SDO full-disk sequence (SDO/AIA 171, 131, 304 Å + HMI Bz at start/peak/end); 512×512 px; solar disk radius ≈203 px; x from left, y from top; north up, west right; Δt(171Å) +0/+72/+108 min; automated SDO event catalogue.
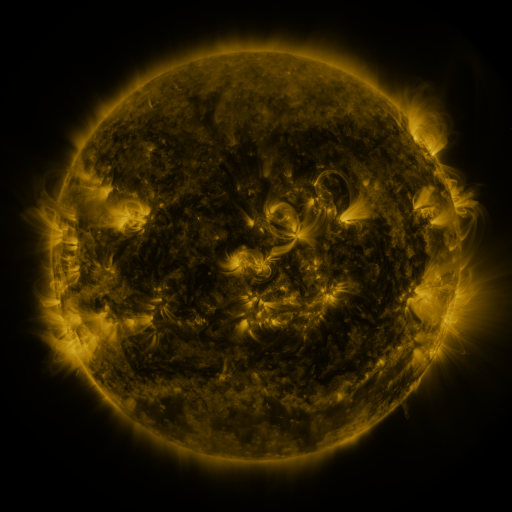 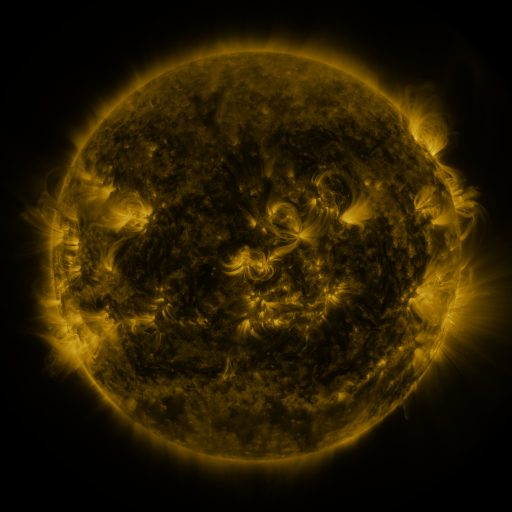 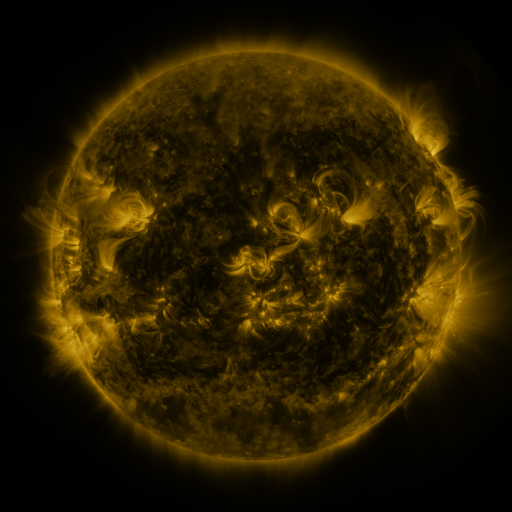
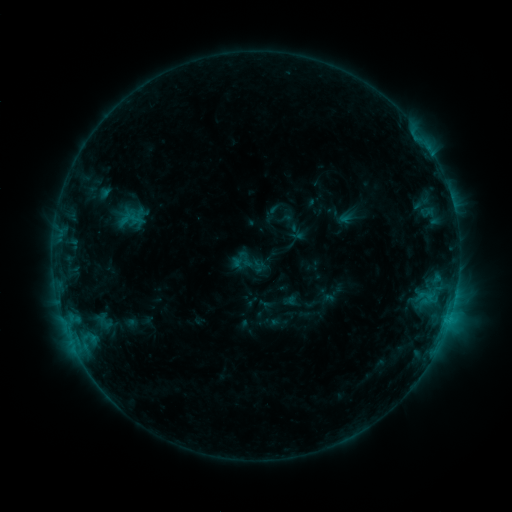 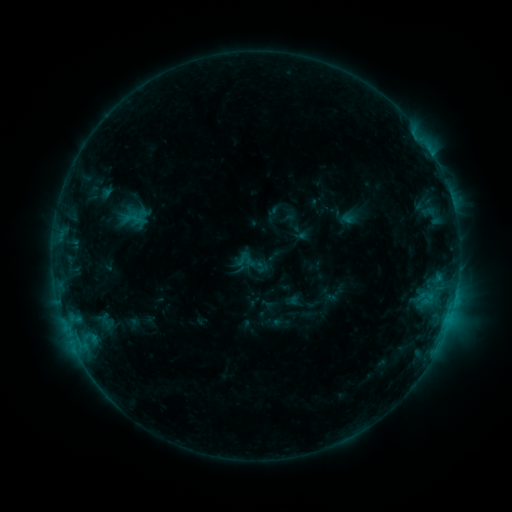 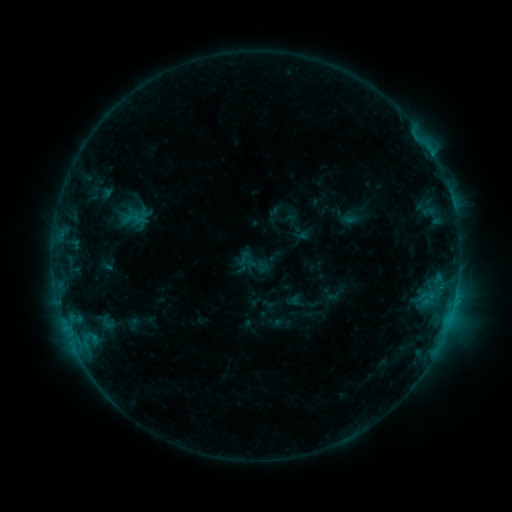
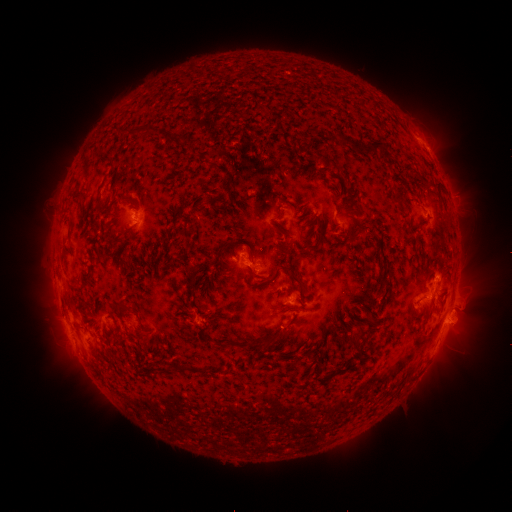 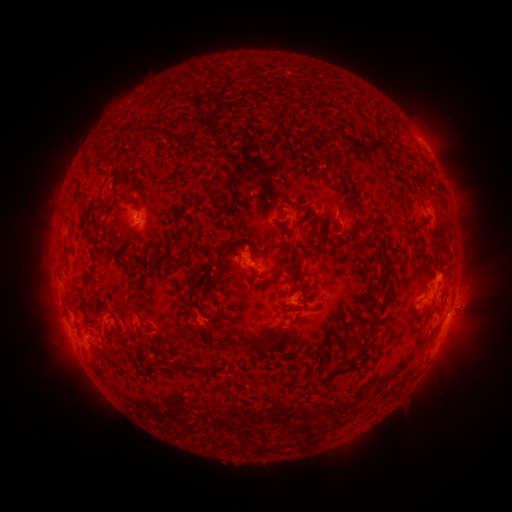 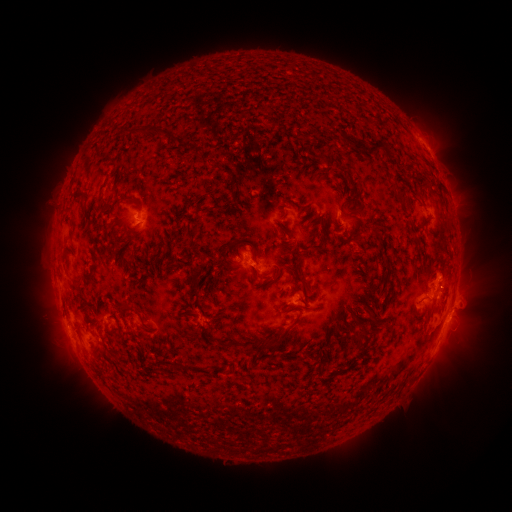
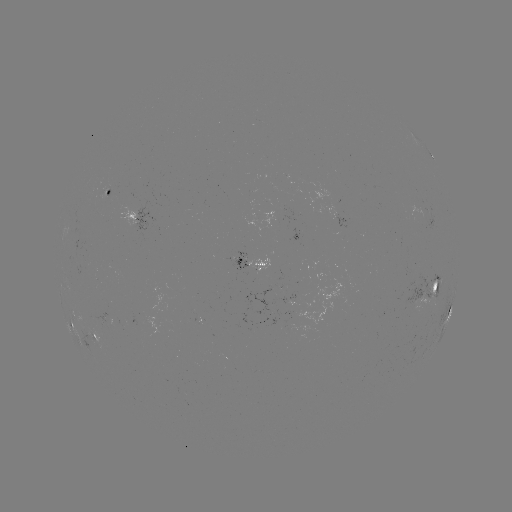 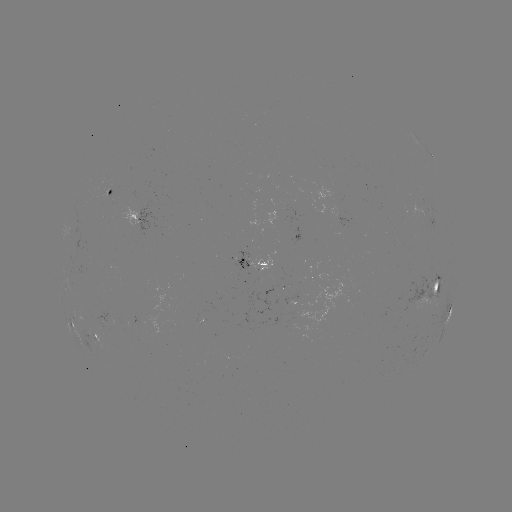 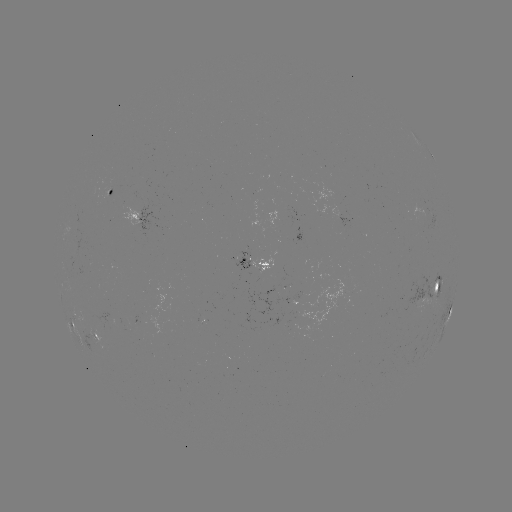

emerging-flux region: <bbox>264, 287, 276, 298</bbox>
